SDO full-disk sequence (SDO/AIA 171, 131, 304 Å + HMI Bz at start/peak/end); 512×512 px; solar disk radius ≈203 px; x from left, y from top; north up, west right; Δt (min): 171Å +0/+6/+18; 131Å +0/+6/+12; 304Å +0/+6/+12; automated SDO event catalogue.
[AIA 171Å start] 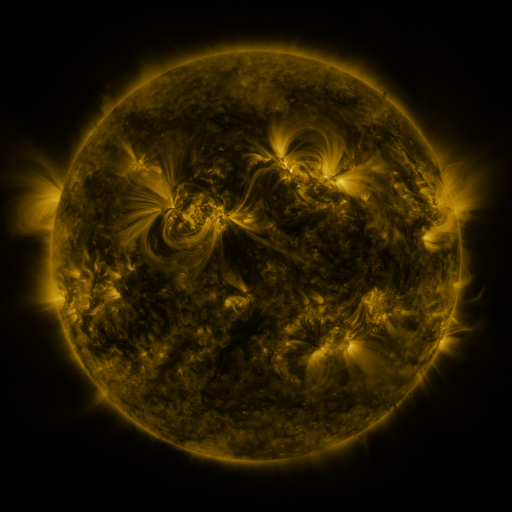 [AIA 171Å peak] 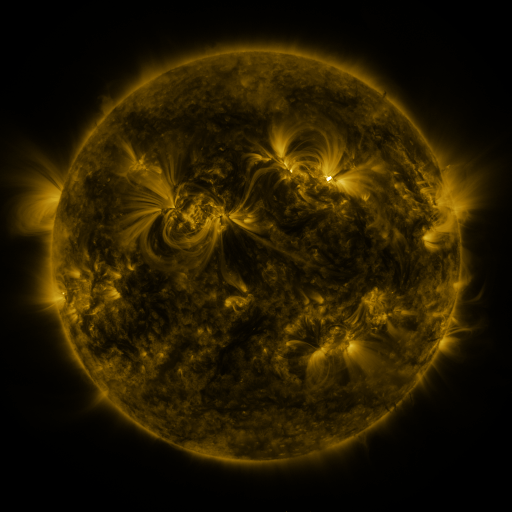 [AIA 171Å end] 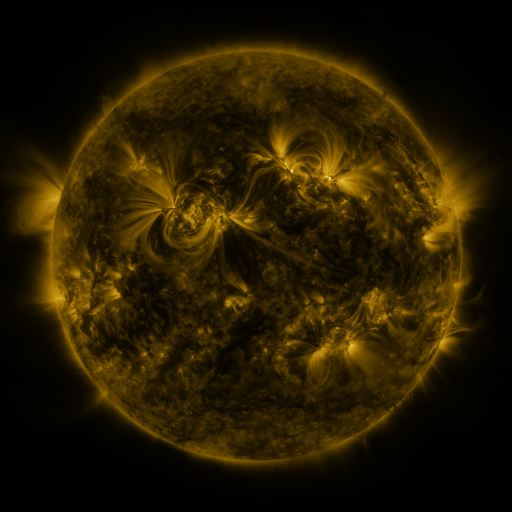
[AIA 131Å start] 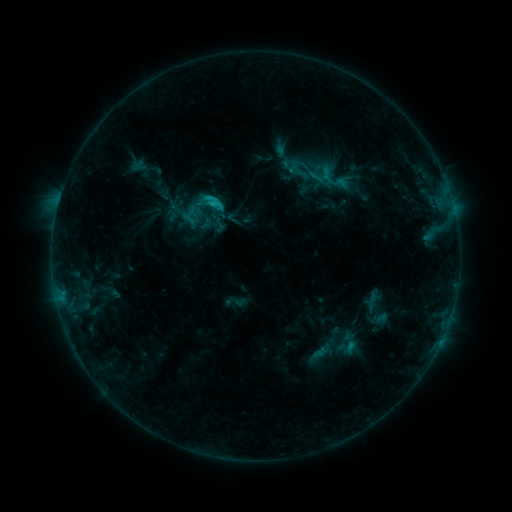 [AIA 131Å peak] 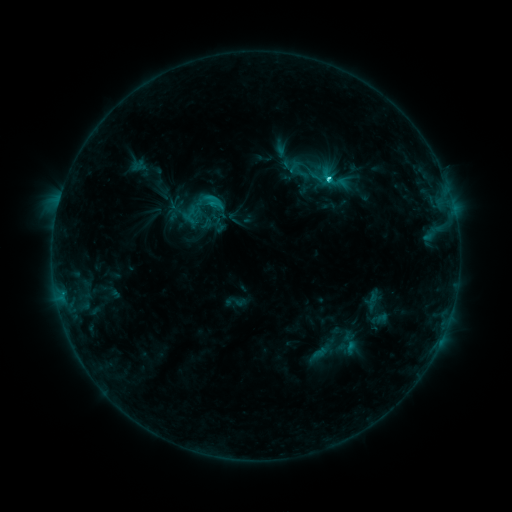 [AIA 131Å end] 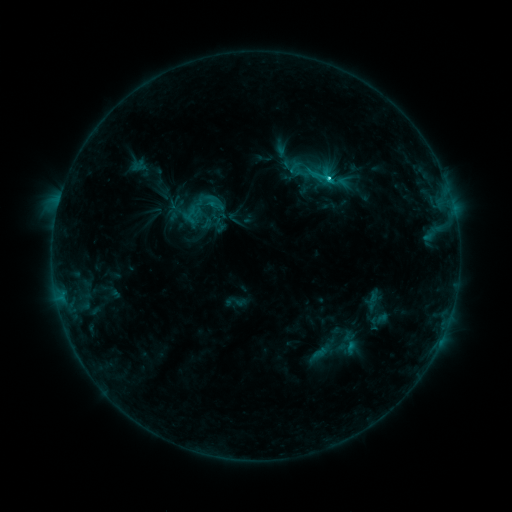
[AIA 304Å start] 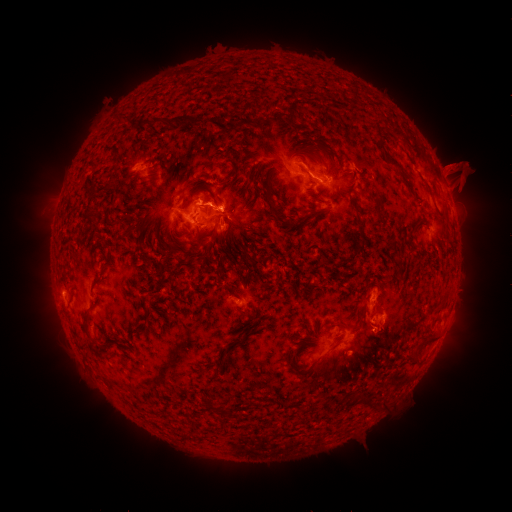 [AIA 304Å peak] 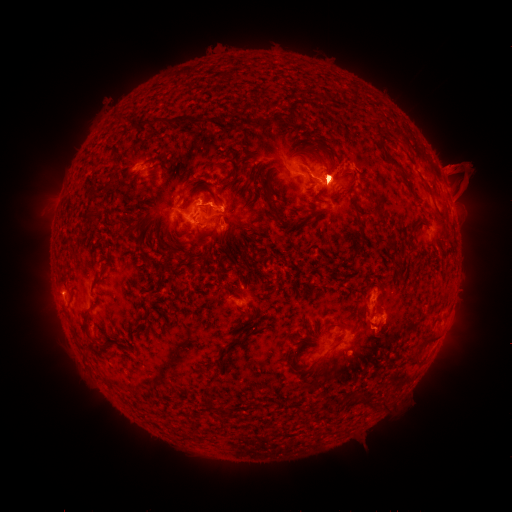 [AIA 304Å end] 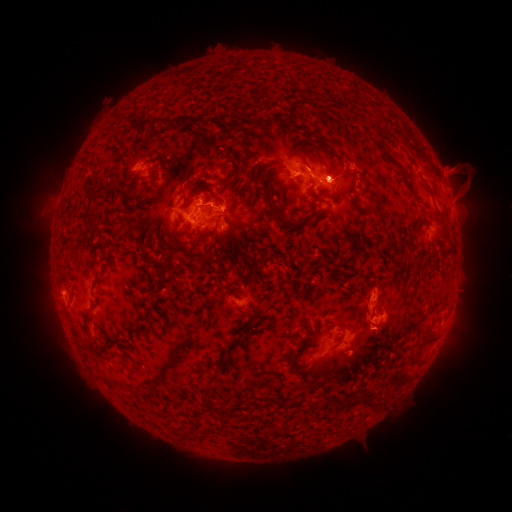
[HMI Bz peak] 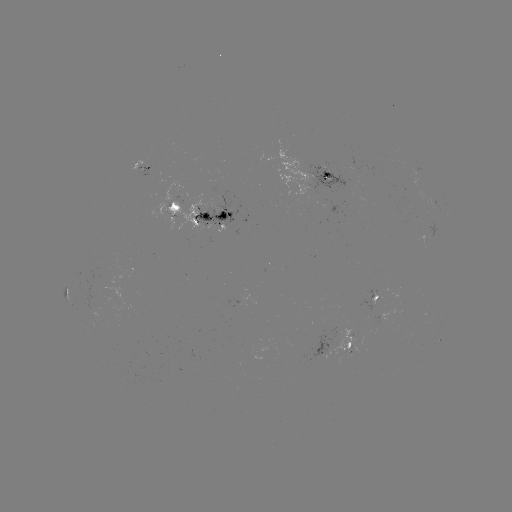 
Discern M1.7 flare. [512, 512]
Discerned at [329, 182].